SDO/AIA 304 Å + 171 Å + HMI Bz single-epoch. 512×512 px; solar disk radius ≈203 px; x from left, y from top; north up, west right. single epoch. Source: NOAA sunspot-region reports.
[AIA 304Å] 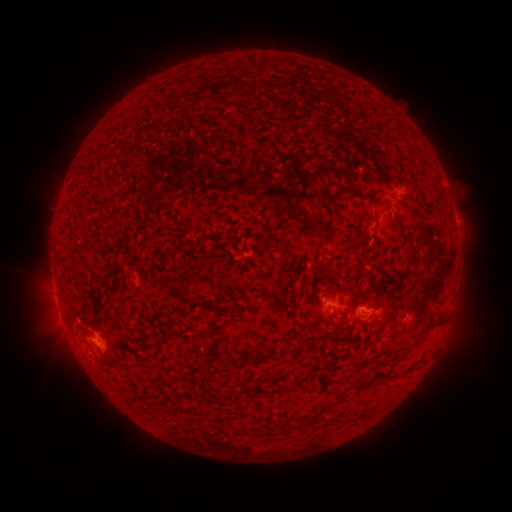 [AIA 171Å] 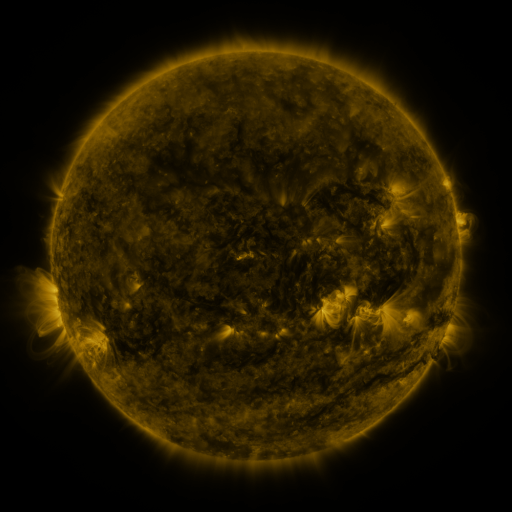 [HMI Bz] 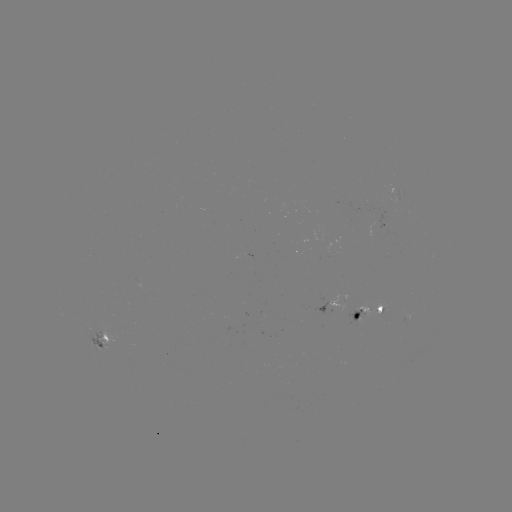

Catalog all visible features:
spotted active region: (395, 192)
spotted active region: (385, 225)
spotted active region: (331, 304)
spotted active region: (367, 315)
spotted active region: (407, 320)
spotted active region: (104, 342)
